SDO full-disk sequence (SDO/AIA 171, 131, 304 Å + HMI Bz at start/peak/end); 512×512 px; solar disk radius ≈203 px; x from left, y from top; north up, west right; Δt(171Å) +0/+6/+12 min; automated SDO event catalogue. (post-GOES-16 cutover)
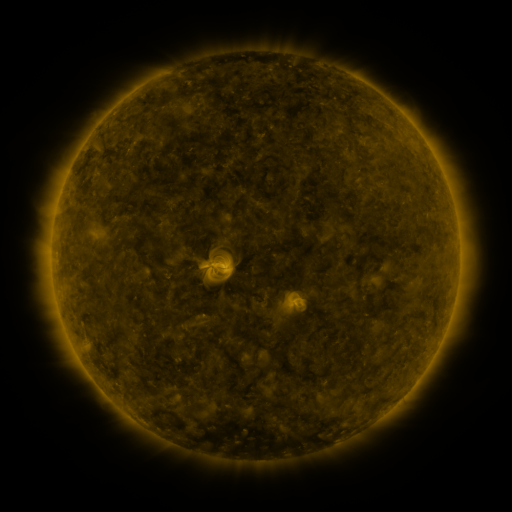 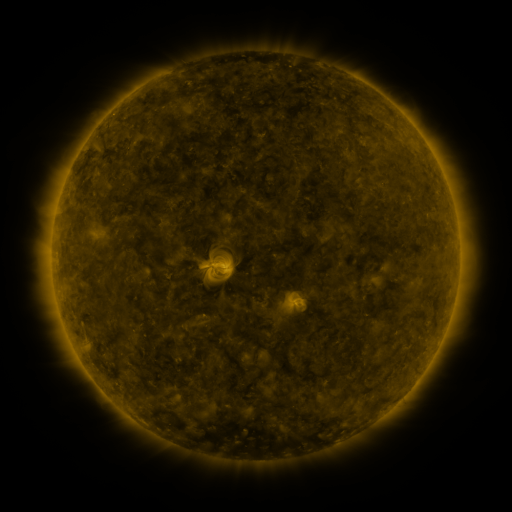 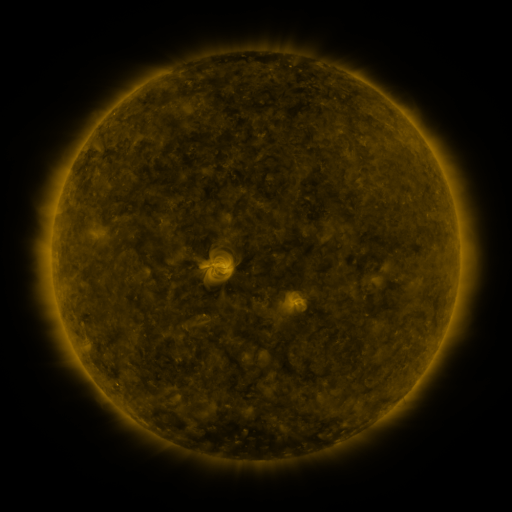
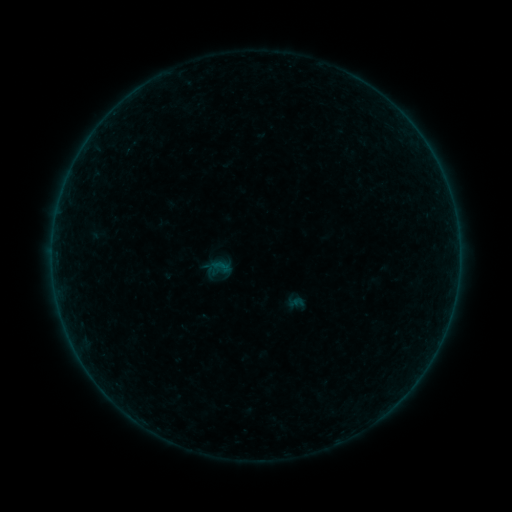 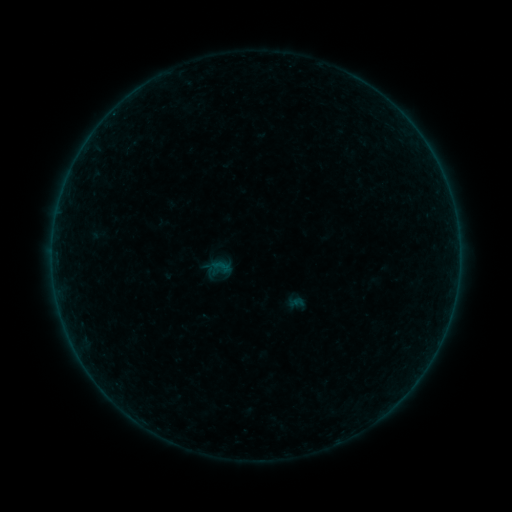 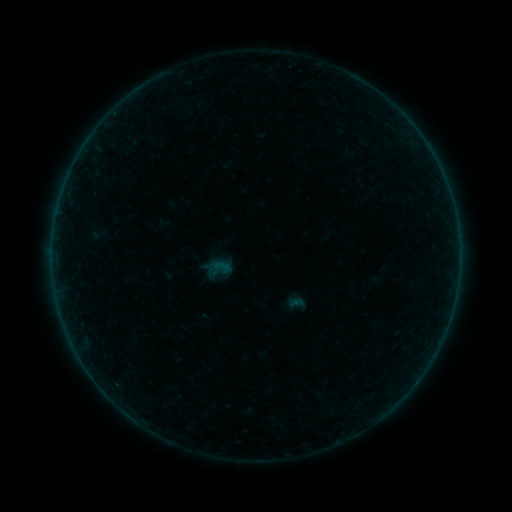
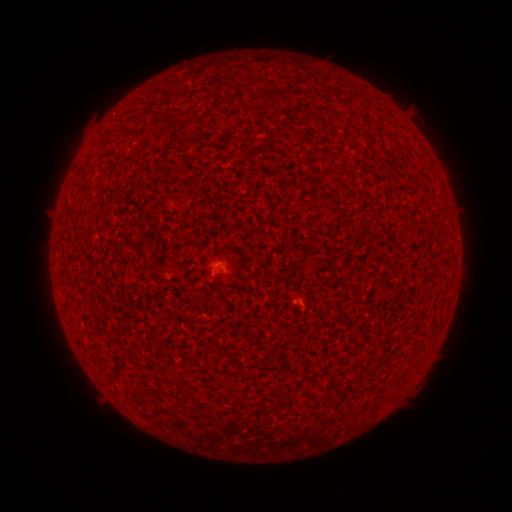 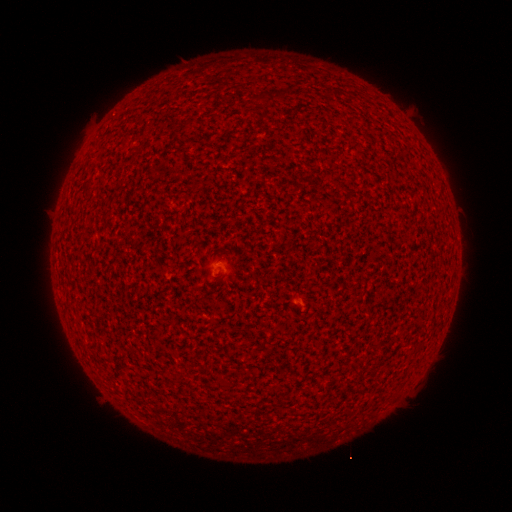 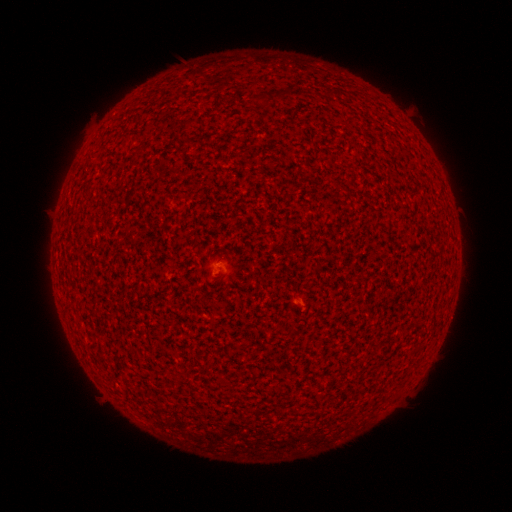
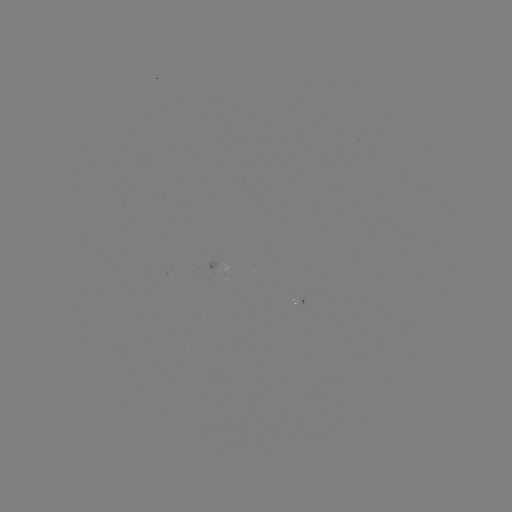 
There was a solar flare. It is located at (114, 116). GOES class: A1.4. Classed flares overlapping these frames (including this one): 1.